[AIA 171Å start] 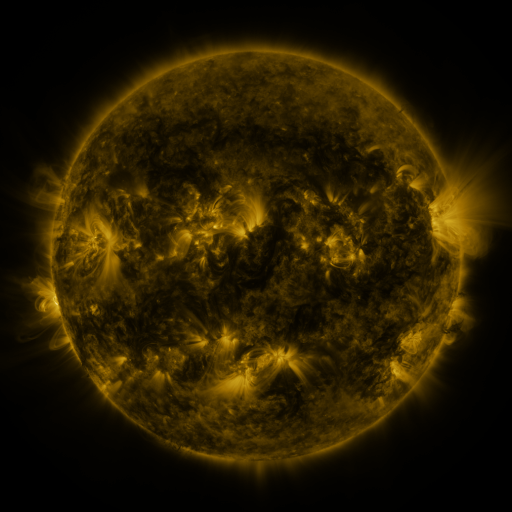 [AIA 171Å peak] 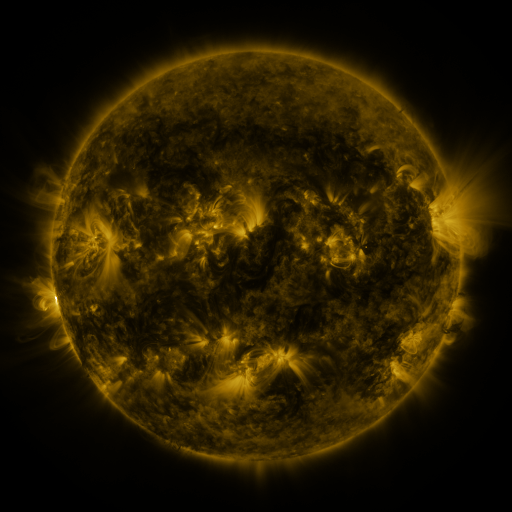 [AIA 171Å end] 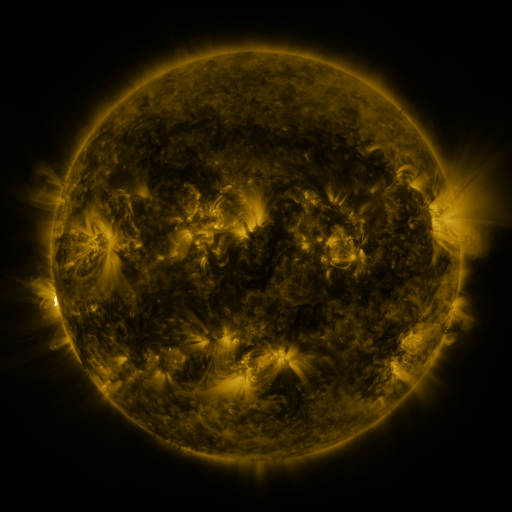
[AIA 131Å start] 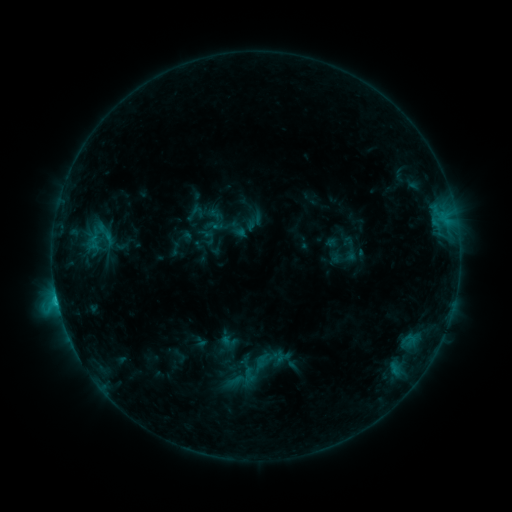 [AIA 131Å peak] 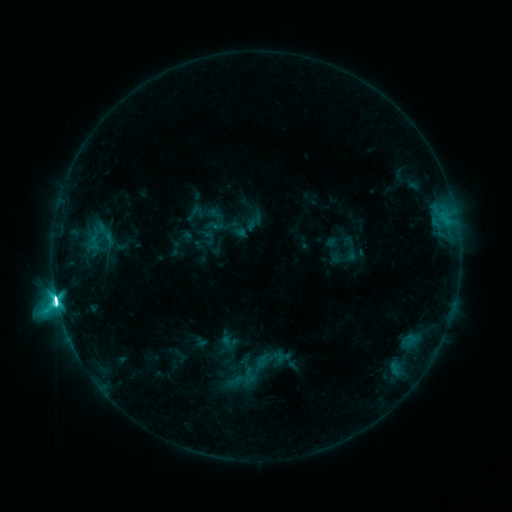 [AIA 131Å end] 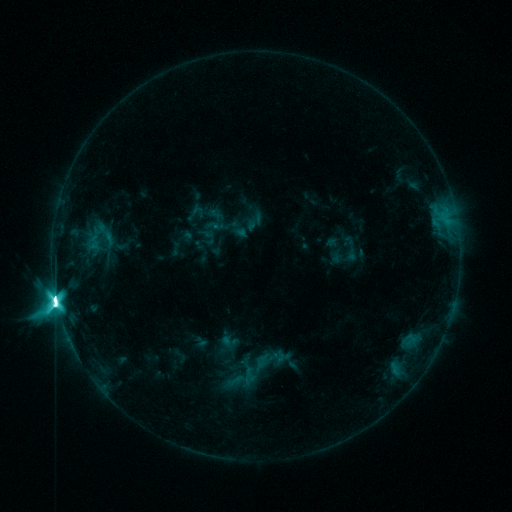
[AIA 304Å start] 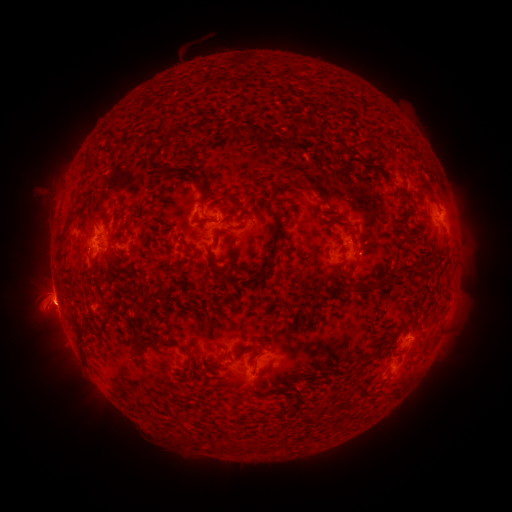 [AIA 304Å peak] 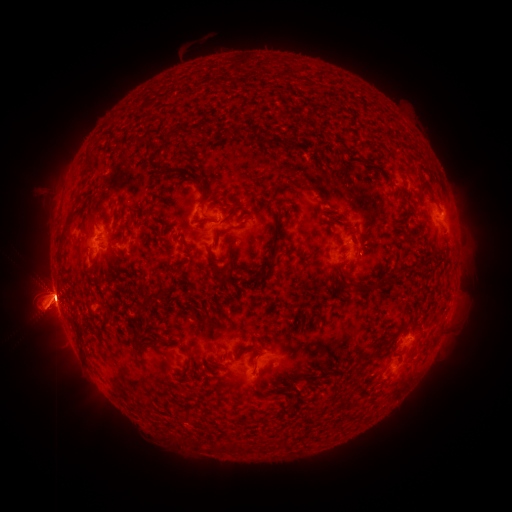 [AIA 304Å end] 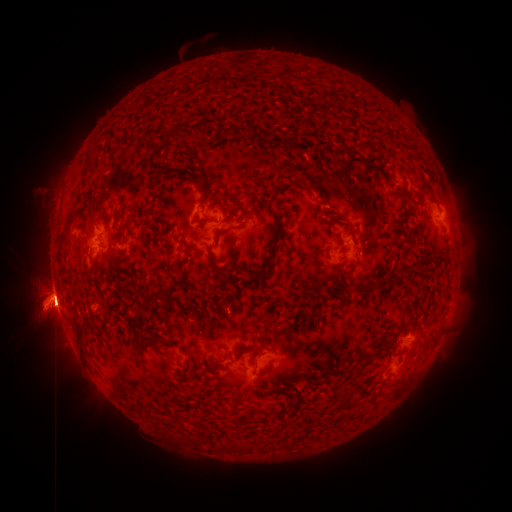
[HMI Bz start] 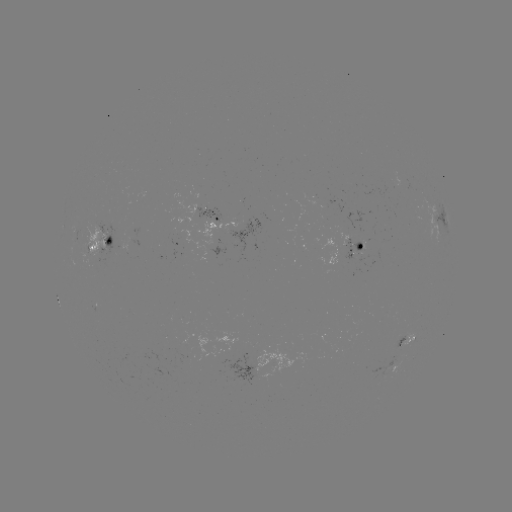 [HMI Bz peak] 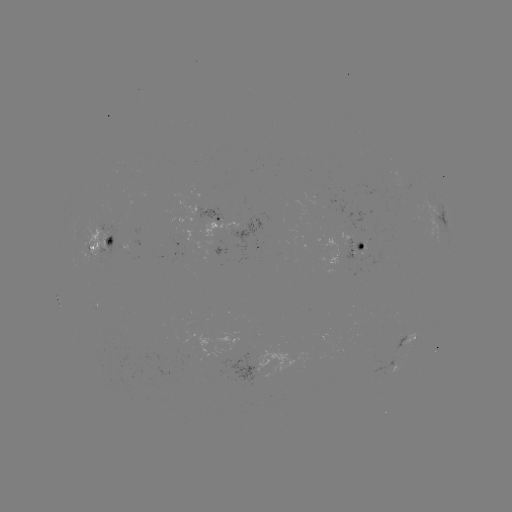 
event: flare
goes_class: M9.0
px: (57, 298)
